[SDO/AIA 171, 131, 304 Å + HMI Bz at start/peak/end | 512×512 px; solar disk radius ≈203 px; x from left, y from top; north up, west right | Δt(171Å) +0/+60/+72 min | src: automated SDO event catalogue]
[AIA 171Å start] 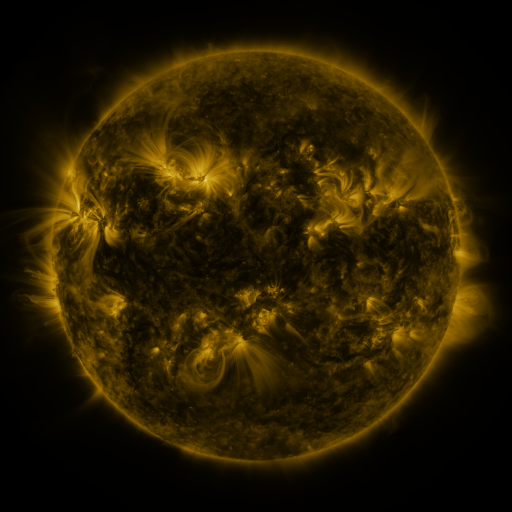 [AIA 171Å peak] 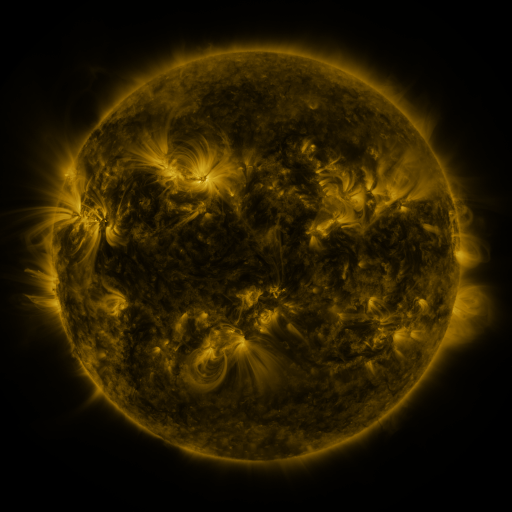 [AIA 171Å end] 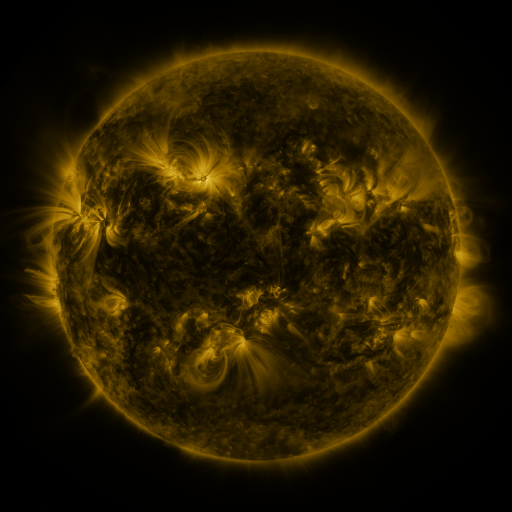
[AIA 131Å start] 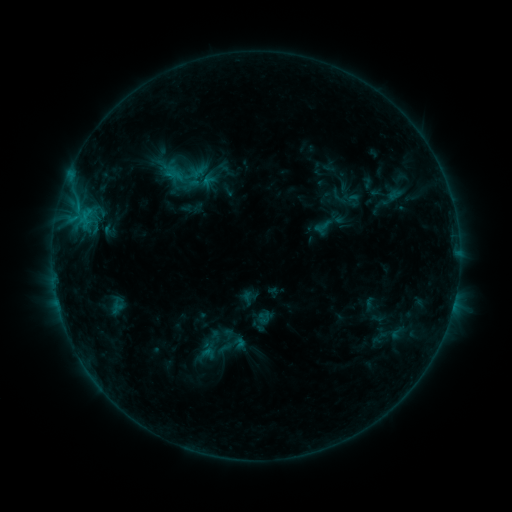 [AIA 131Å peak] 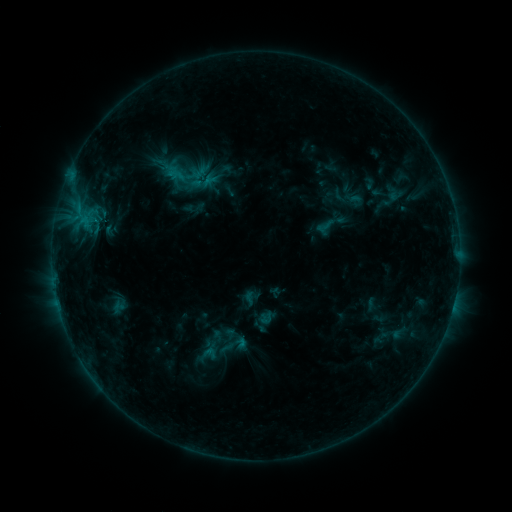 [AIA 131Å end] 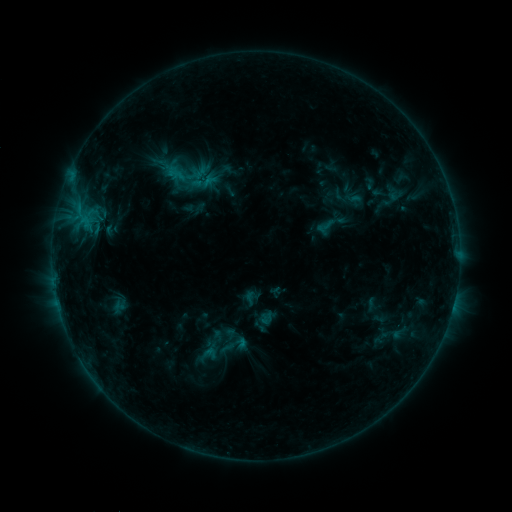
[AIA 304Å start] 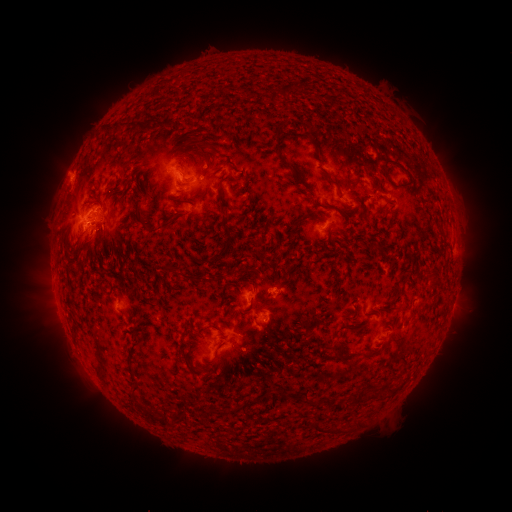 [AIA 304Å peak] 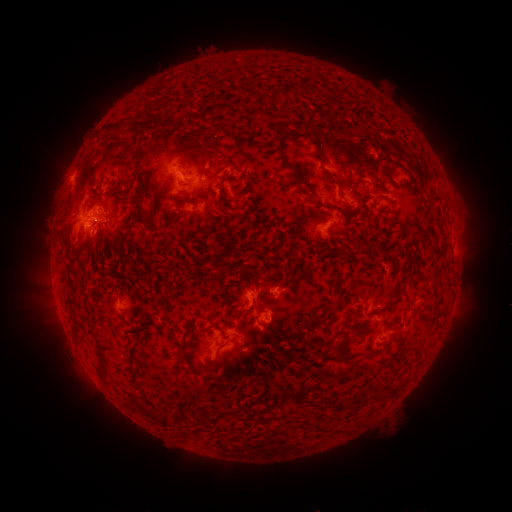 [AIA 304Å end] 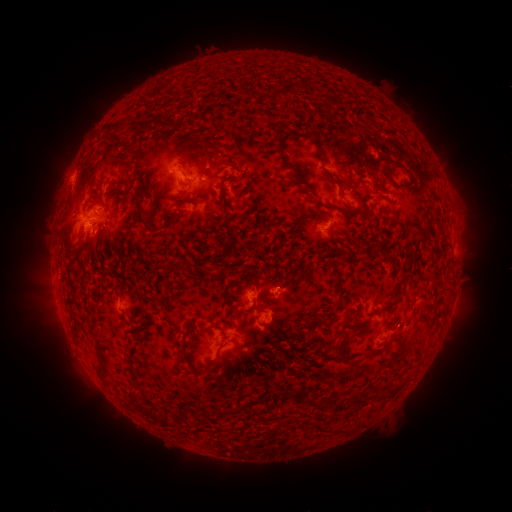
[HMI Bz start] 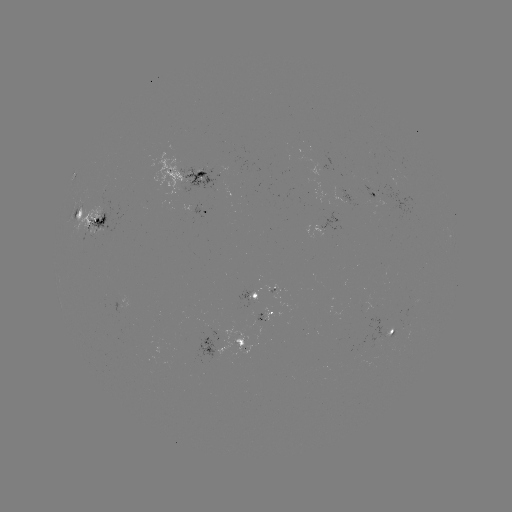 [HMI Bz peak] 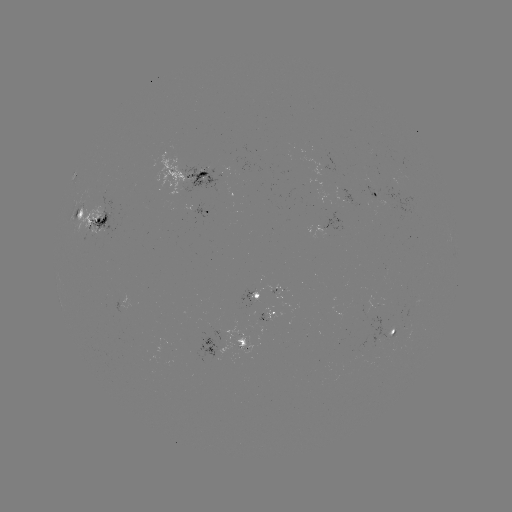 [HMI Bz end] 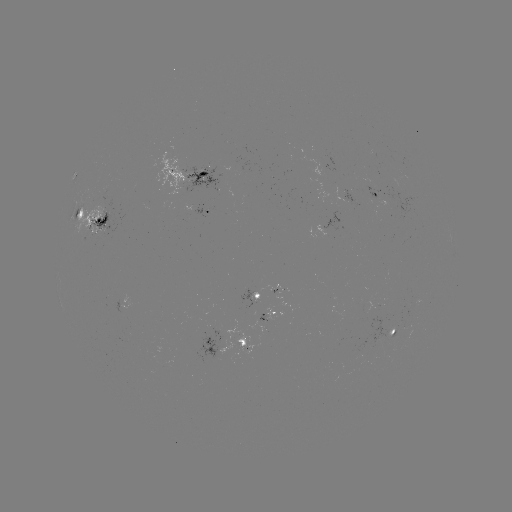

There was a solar emerging-flux region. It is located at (97, 208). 